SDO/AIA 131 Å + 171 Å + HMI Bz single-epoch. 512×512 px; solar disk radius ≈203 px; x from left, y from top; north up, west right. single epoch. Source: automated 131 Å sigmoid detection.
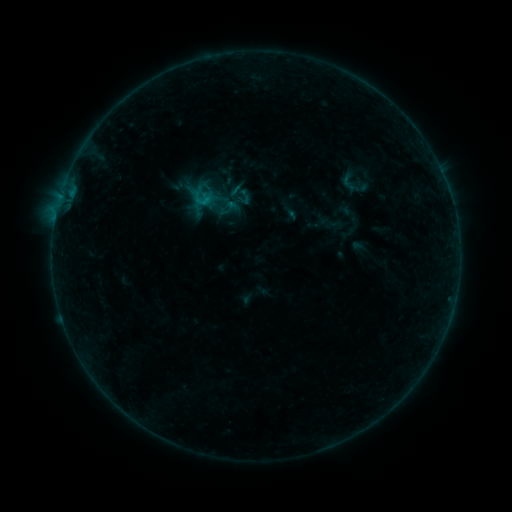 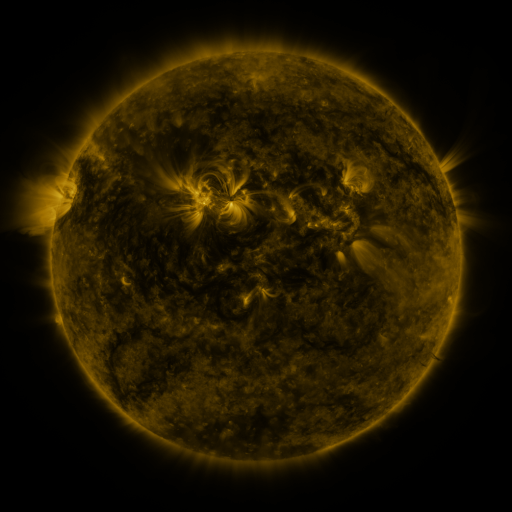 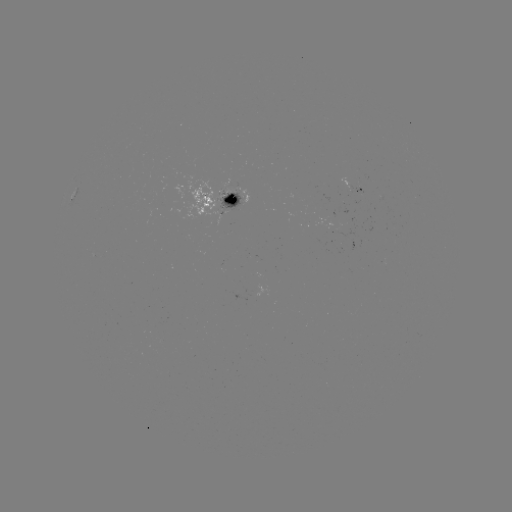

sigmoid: (189, 185, 214, 210)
